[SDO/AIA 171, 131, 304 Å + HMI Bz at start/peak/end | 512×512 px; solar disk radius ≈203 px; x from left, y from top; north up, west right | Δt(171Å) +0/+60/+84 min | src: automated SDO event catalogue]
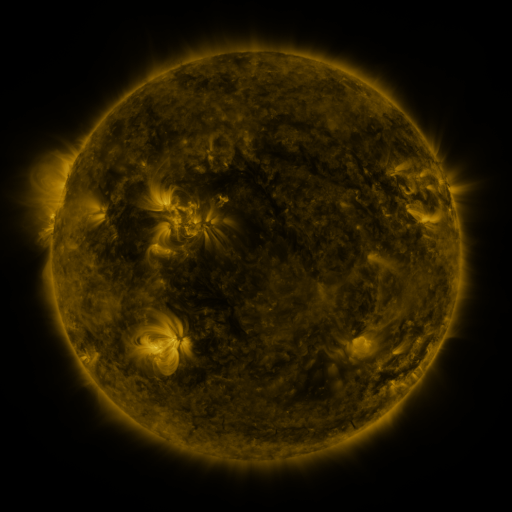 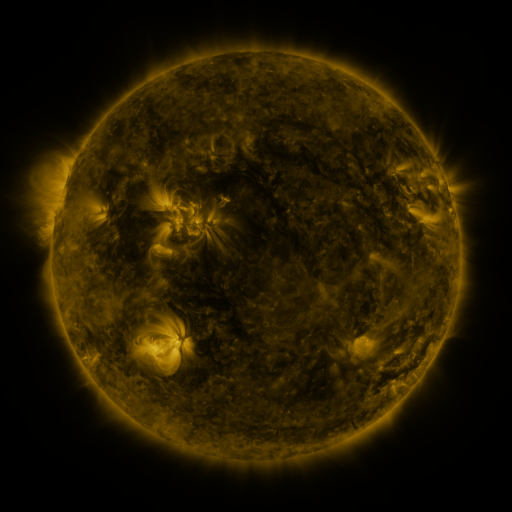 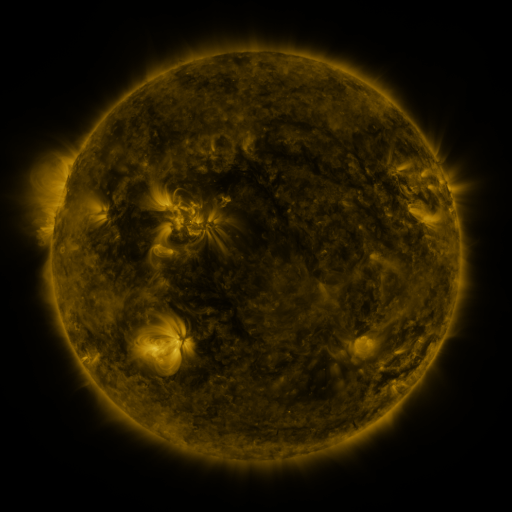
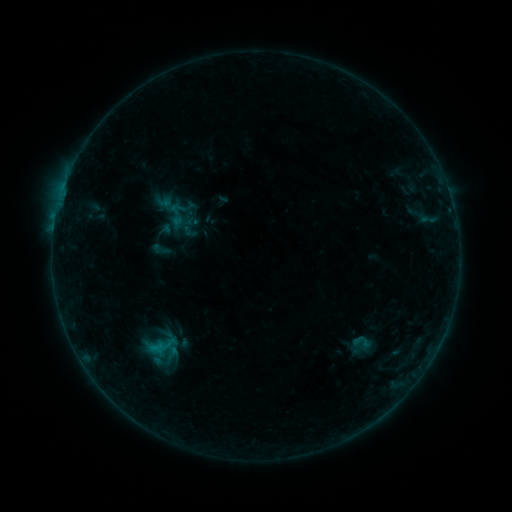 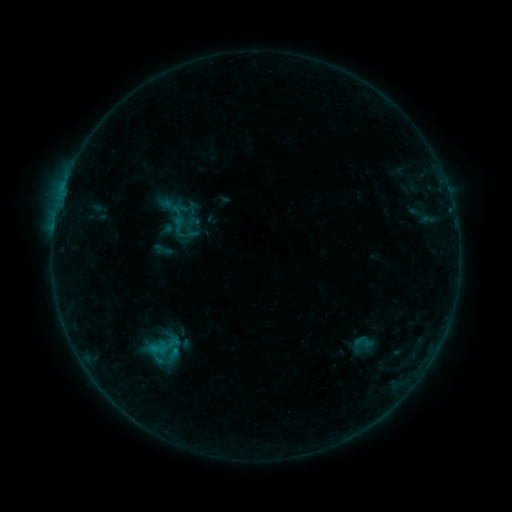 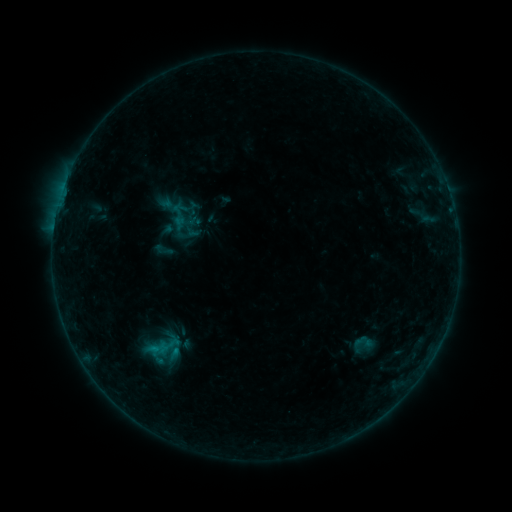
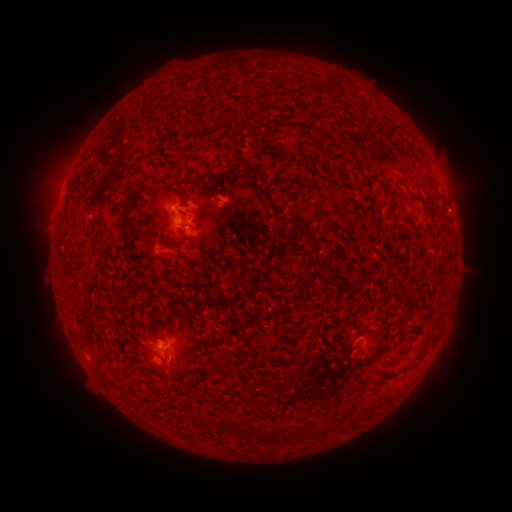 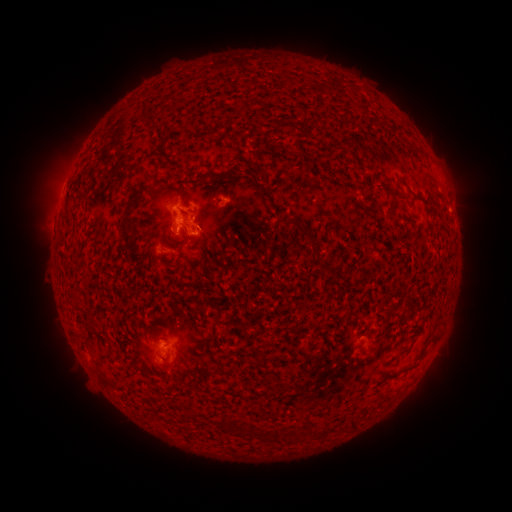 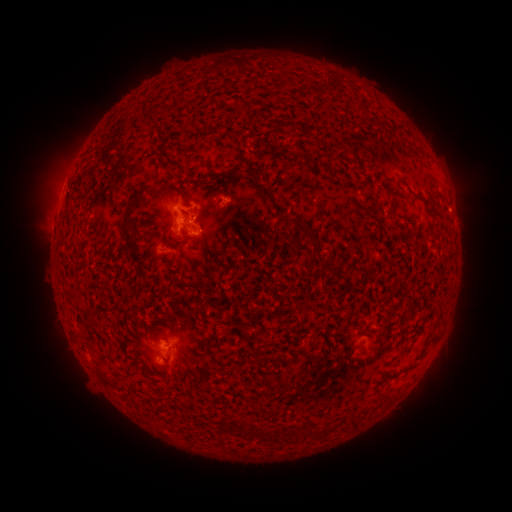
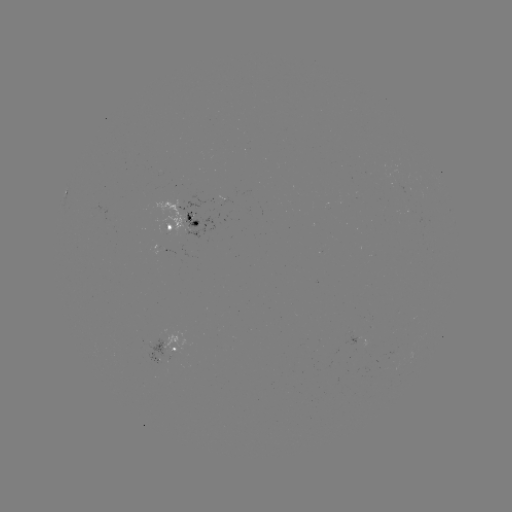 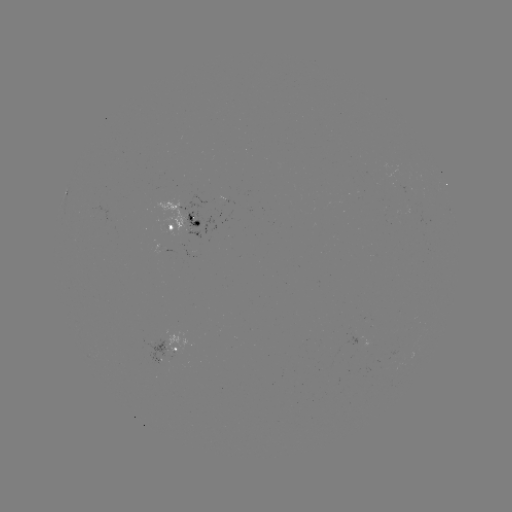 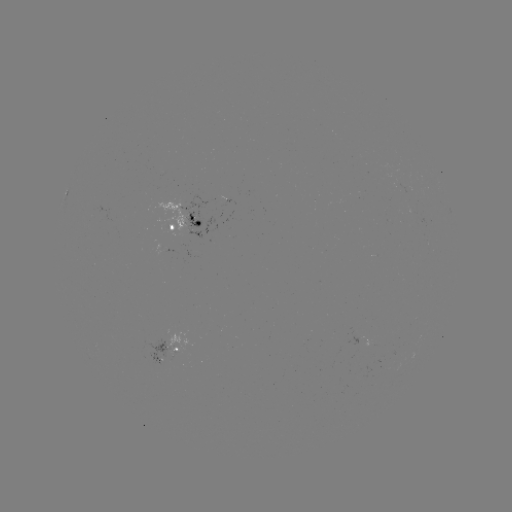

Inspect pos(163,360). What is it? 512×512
emerging-flux region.